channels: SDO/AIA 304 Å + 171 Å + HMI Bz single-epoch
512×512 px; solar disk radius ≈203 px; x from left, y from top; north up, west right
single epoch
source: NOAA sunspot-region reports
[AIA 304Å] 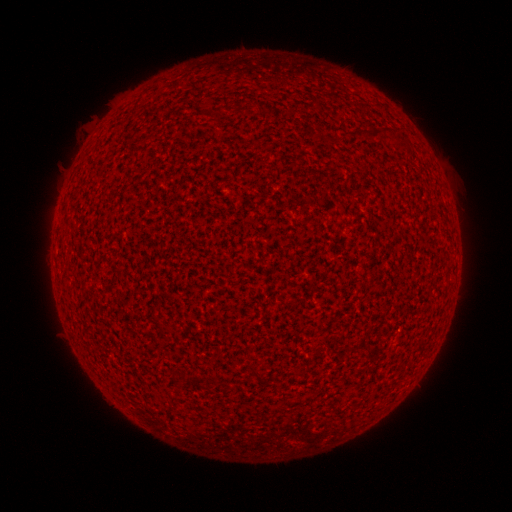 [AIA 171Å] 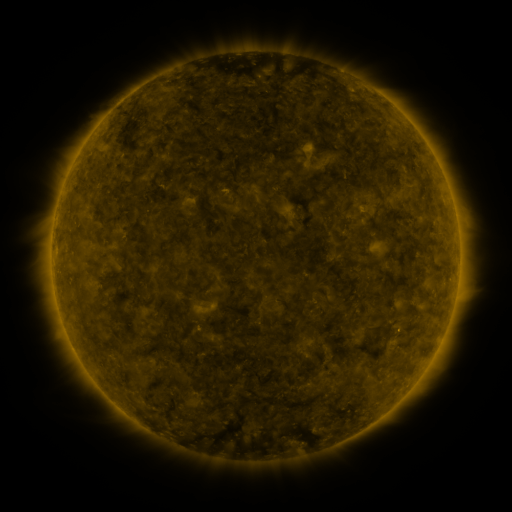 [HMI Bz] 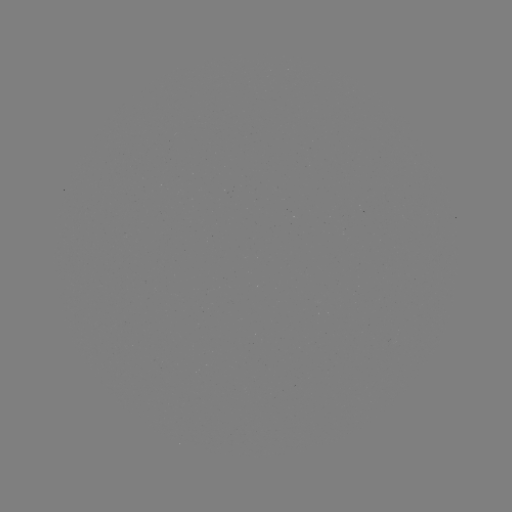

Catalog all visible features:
(none)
